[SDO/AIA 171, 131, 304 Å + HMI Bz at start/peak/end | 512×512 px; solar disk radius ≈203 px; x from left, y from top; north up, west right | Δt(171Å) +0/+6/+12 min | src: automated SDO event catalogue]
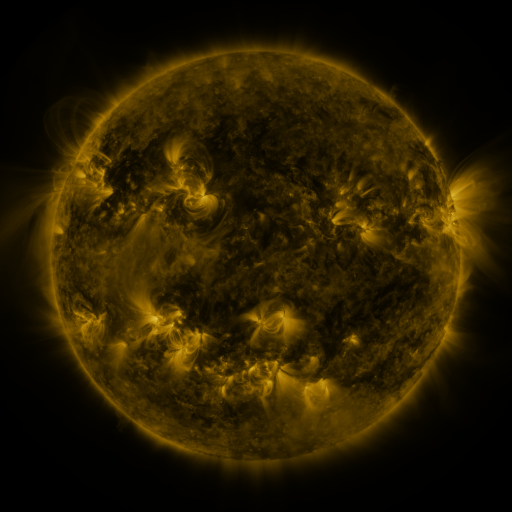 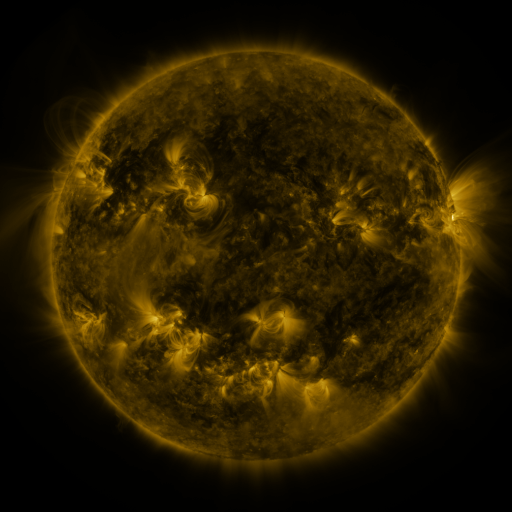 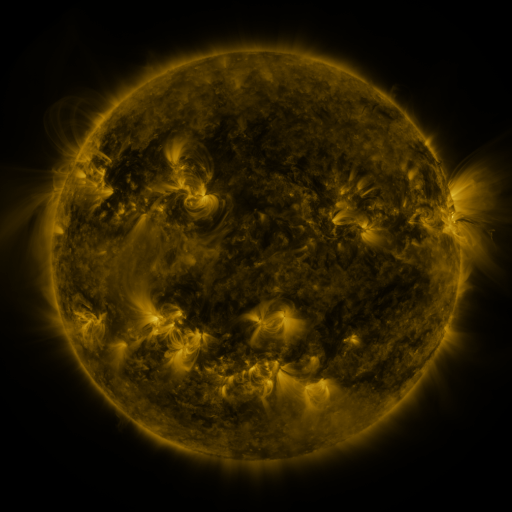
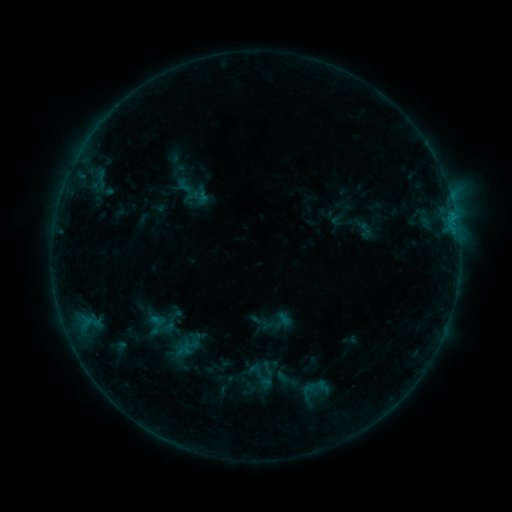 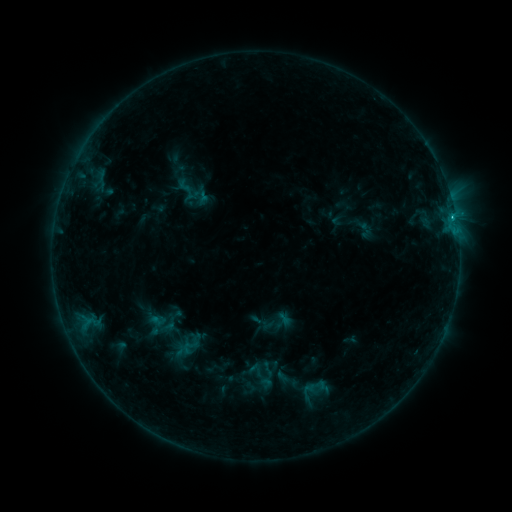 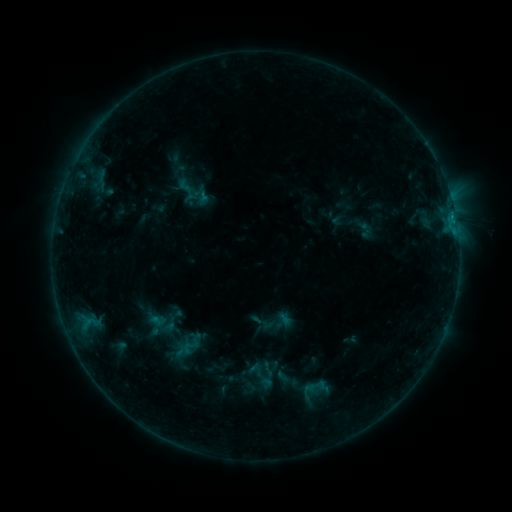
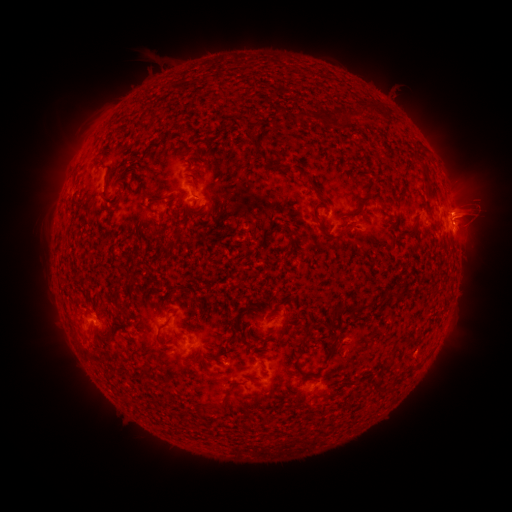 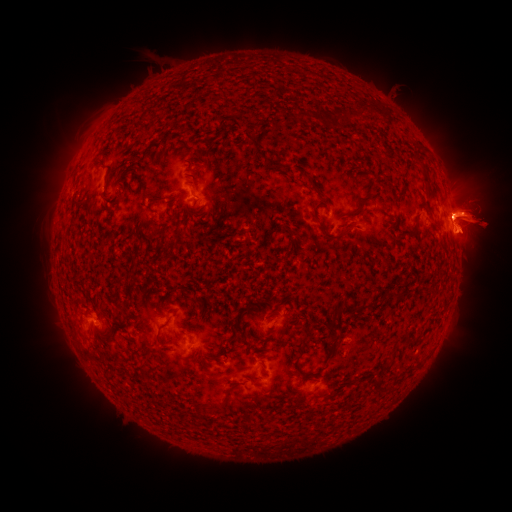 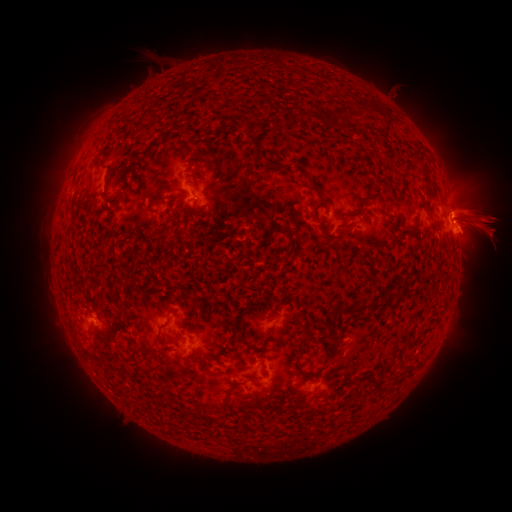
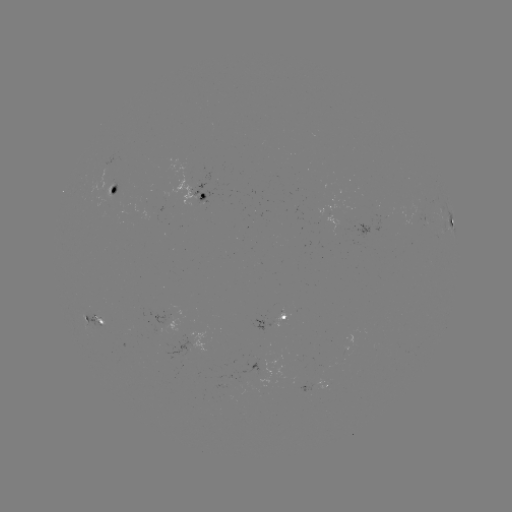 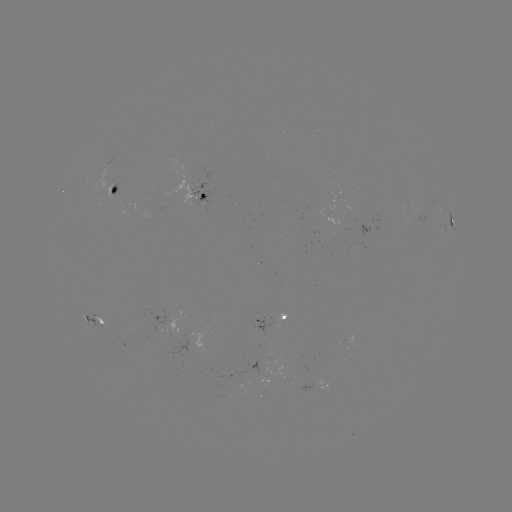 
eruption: (0, 193, 33, 248)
